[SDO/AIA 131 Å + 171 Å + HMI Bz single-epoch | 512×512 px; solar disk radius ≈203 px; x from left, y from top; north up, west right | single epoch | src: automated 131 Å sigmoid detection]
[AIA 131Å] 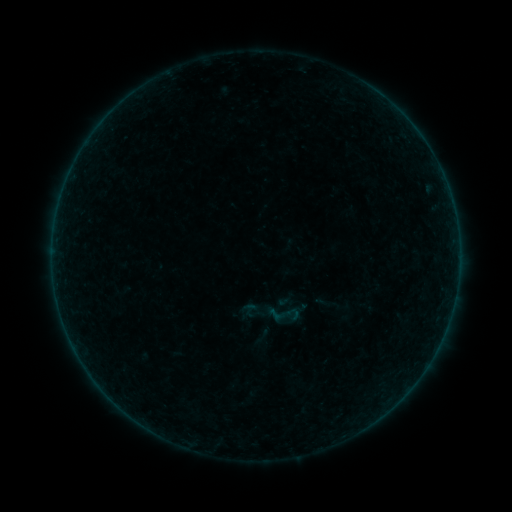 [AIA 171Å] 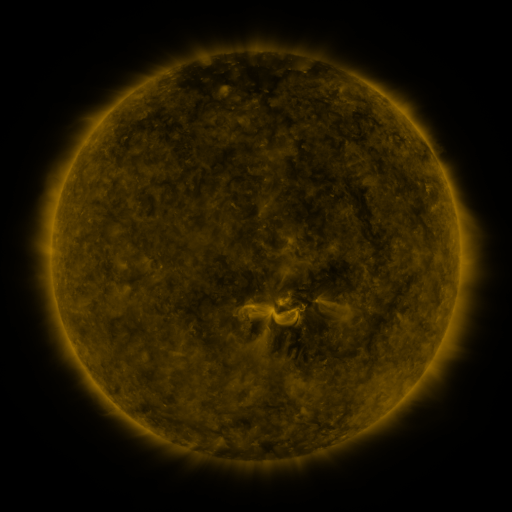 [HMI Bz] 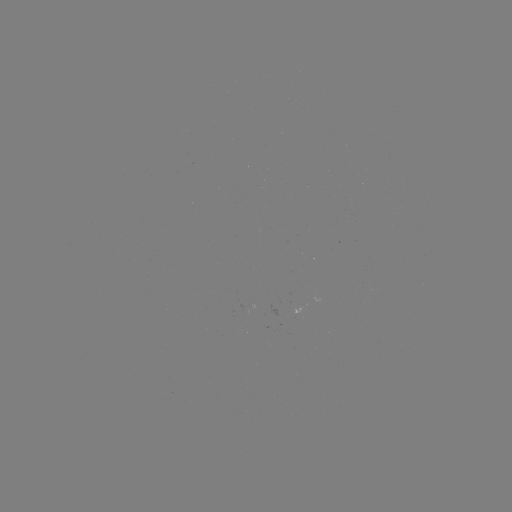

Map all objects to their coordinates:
sigmoid: <bbox>240, 301, 258, 318</bbox>
